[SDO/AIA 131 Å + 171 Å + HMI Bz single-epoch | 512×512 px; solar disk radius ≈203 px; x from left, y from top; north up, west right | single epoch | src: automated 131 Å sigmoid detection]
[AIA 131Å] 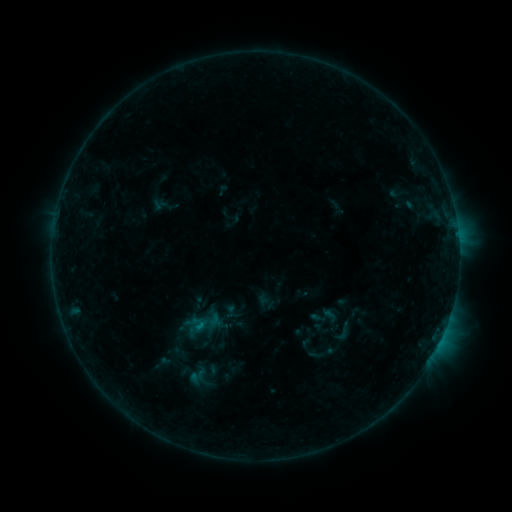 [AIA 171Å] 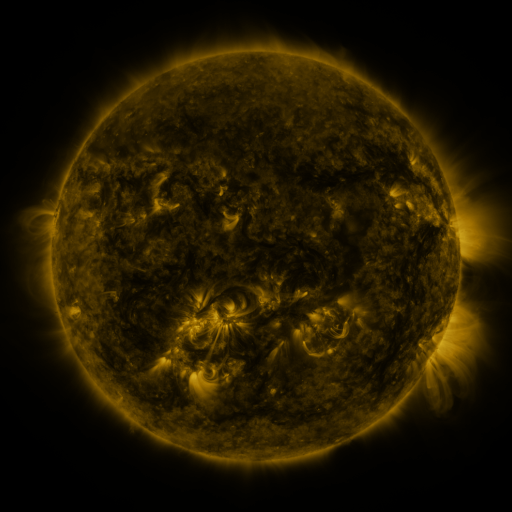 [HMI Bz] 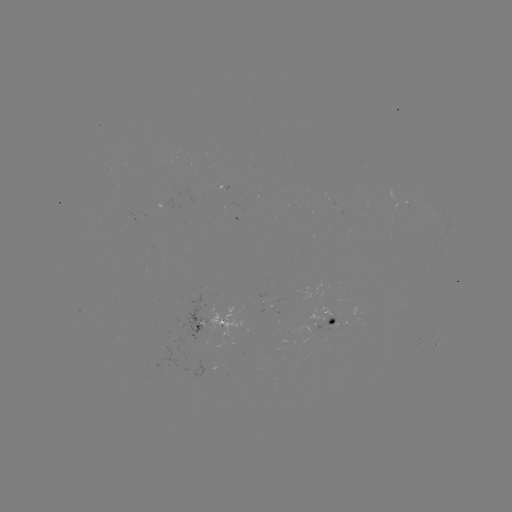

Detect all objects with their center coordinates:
sigmoid: (343, 332)
